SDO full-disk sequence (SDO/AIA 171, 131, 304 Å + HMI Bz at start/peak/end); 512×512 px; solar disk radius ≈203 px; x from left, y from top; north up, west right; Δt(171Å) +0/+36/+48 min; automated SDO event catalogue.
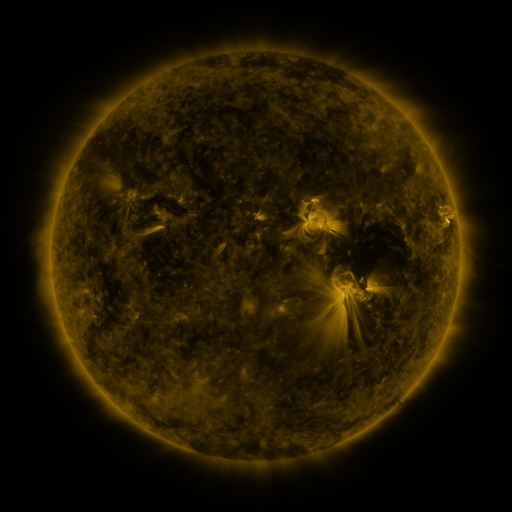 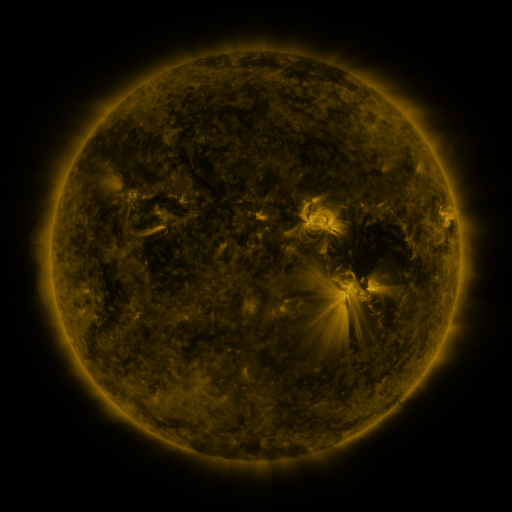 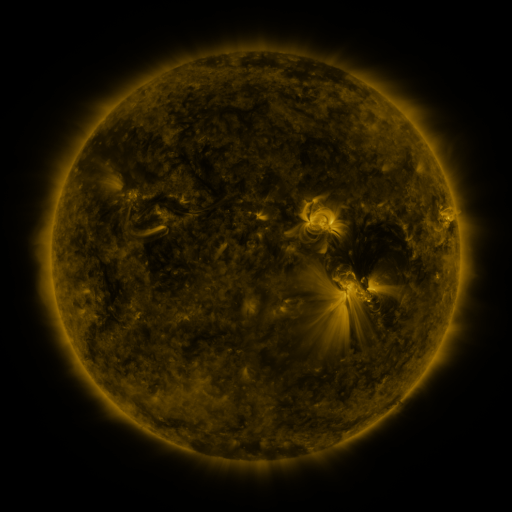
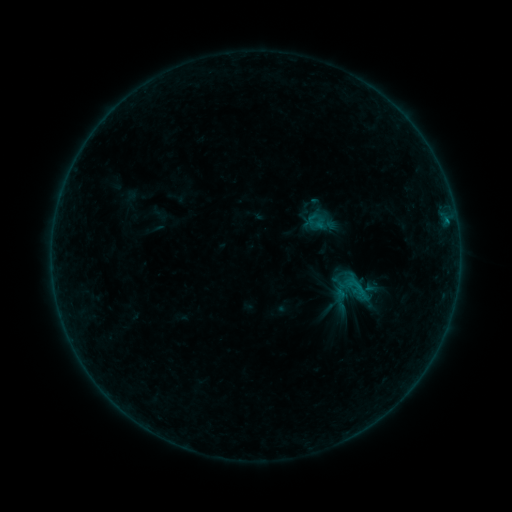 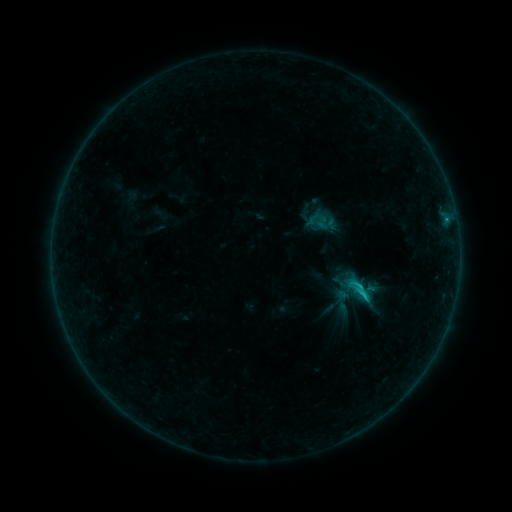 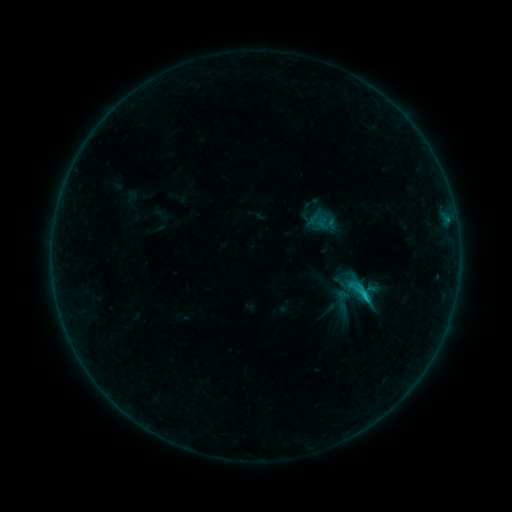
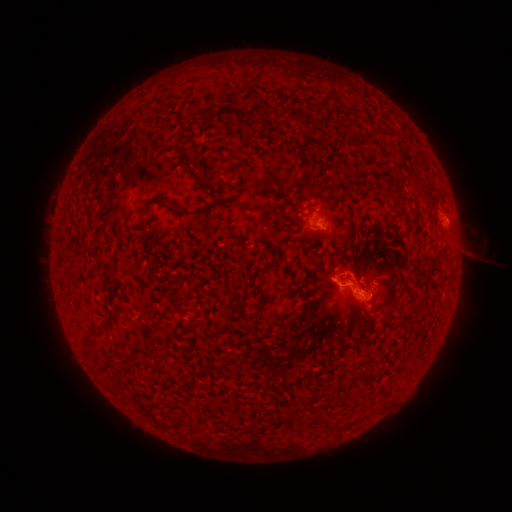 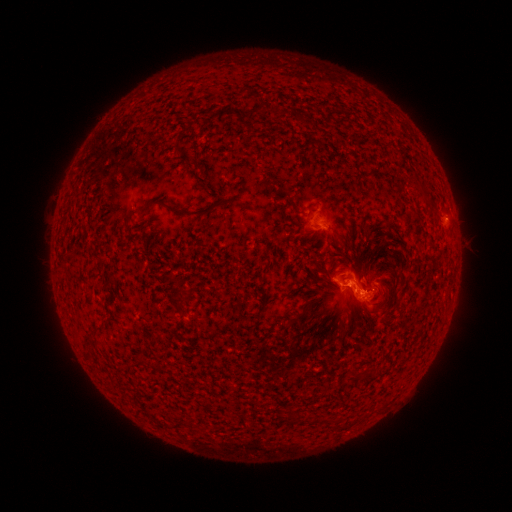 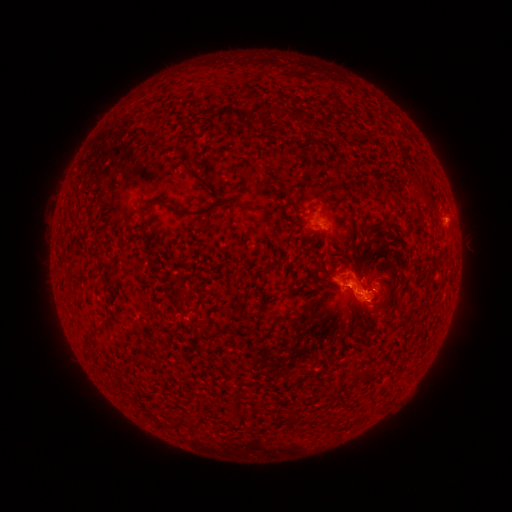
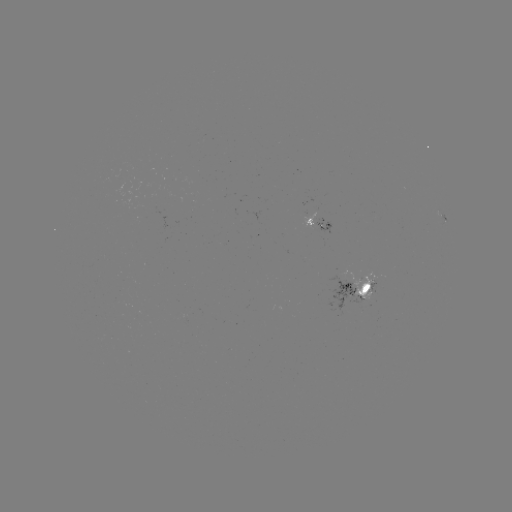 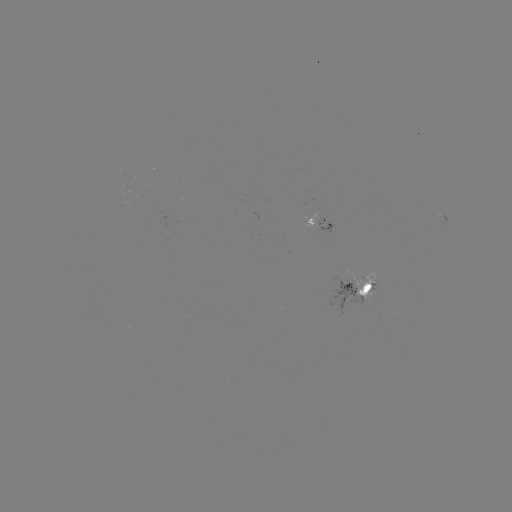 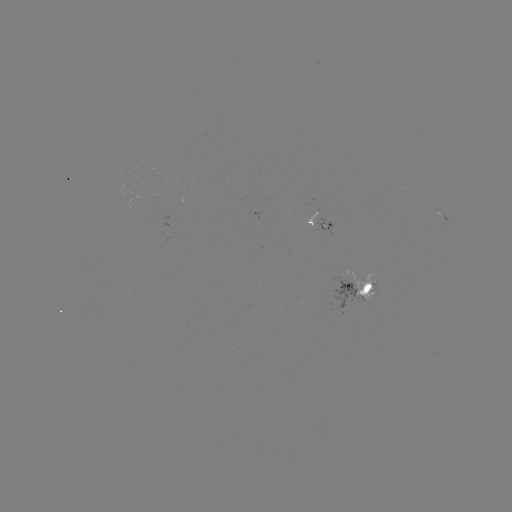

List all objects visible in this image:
C1.4 flare: (357, 286)
